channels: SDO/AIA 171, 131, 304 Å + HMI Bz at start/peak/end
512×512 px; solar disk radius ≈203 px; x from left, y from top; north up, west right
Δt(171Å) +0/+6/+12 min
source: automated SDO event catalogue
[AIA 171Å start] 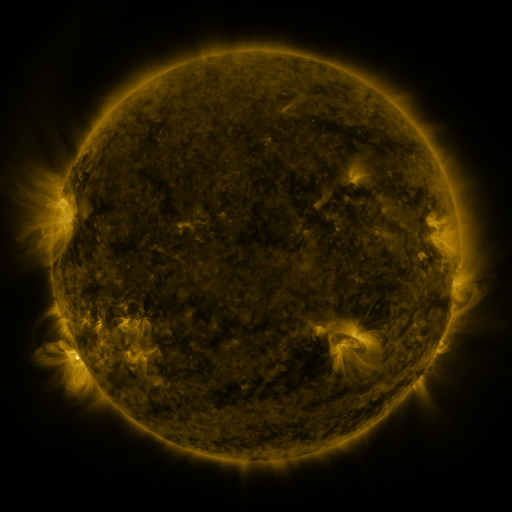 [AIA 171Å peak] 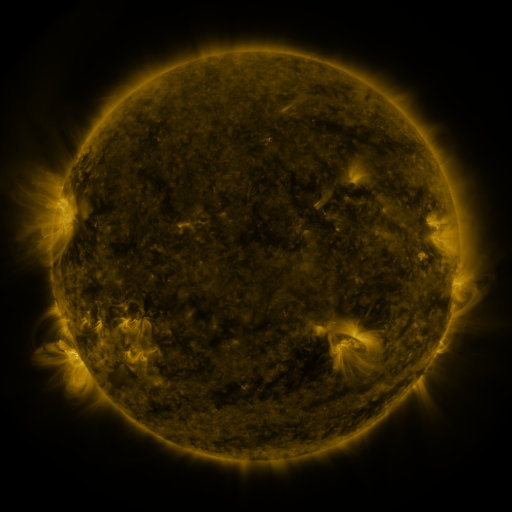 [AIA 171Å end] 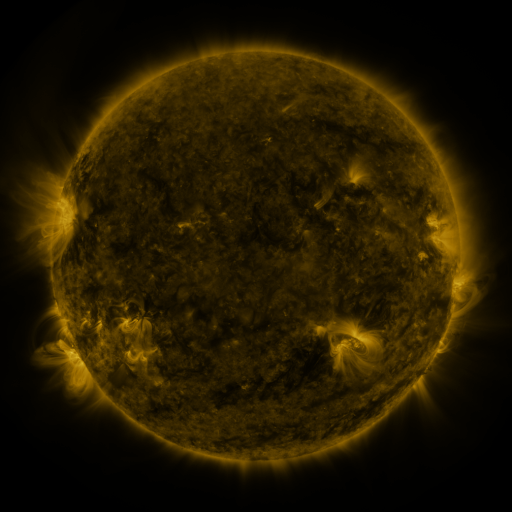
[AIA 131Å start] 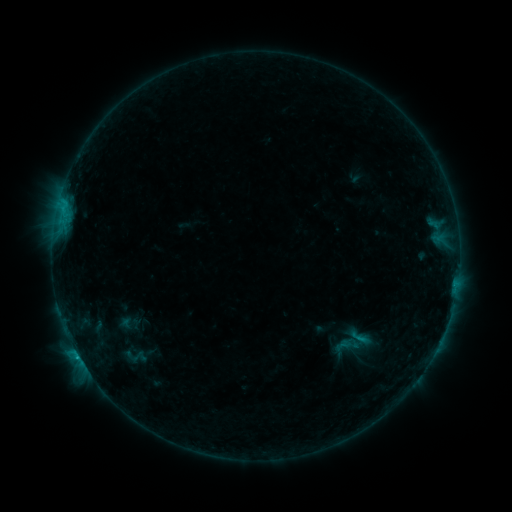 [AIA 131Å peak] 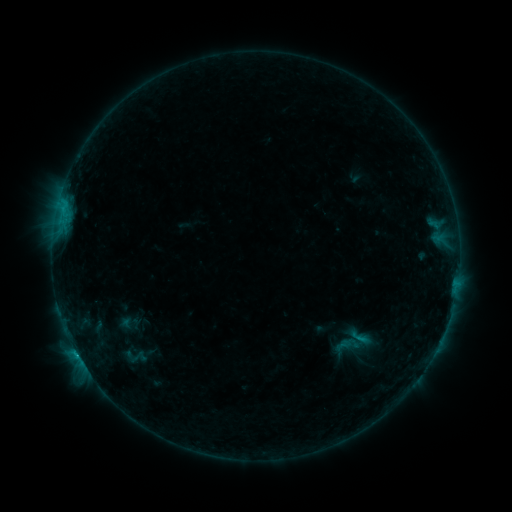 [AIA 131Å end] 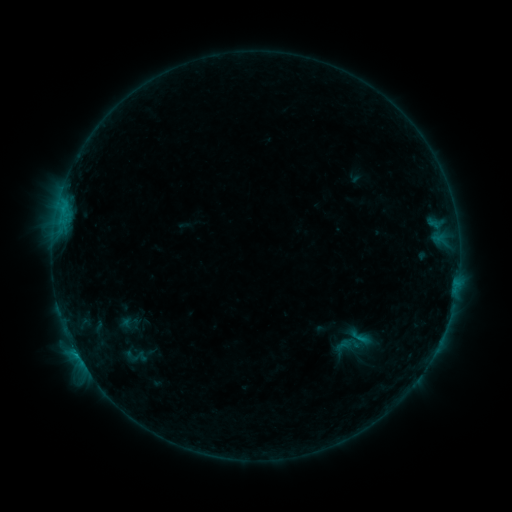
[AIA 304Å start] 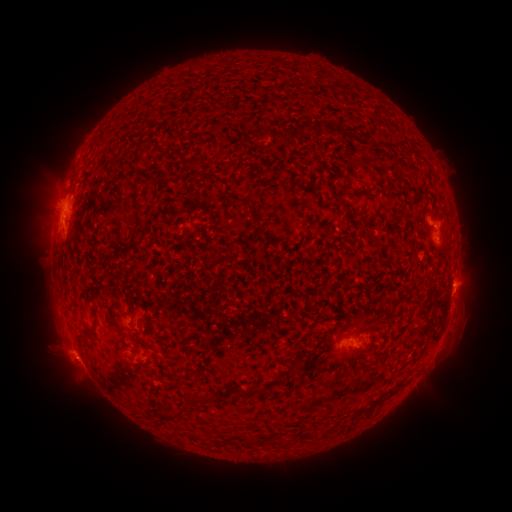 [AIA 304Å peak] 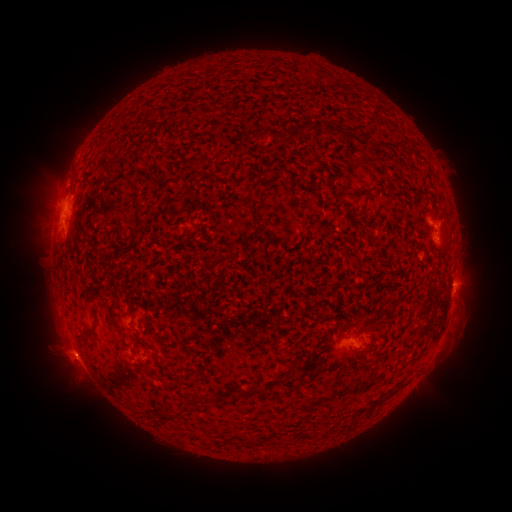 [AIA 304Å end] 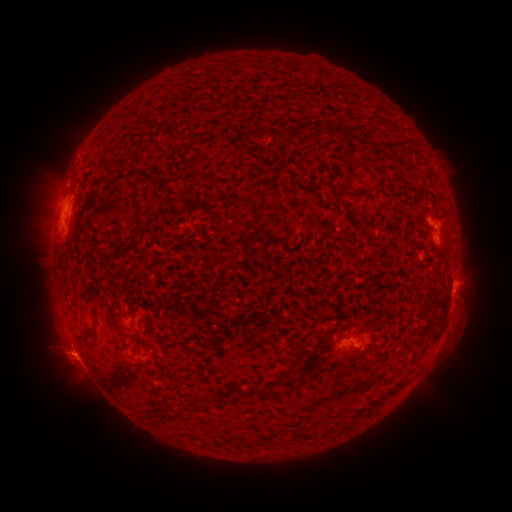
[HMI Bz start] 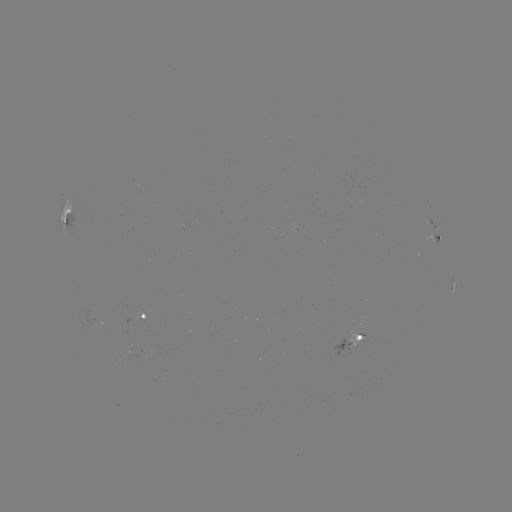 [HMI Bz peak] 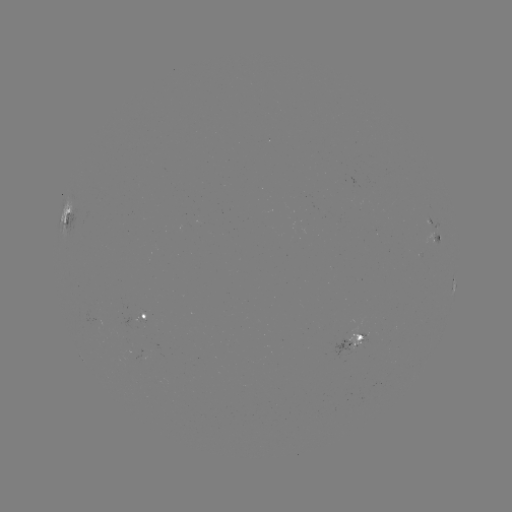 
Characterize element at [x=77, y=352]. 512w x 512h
C2.1 flare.